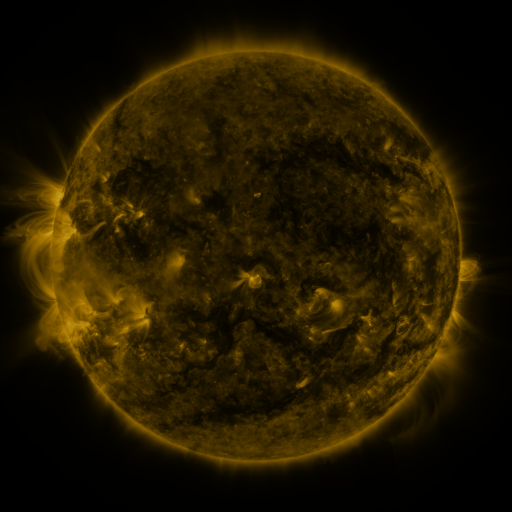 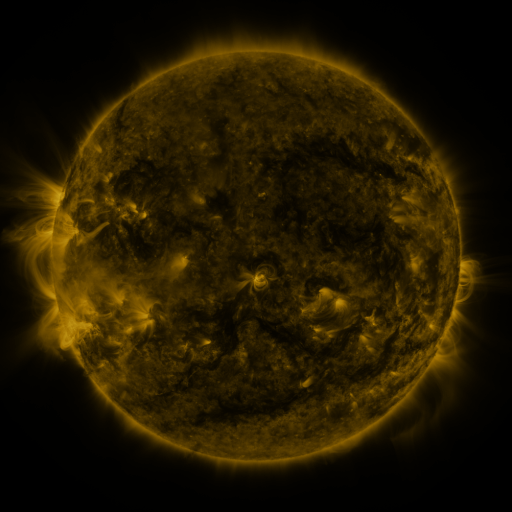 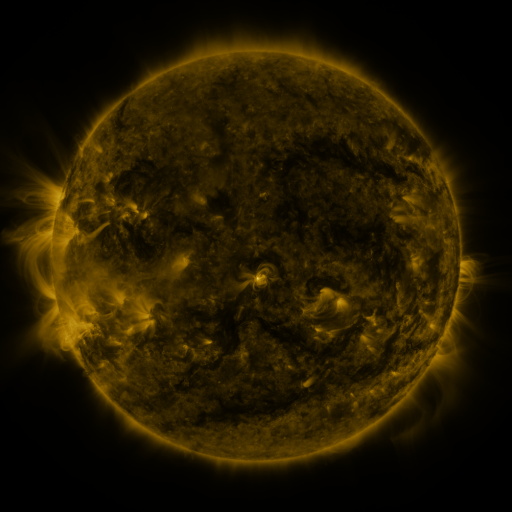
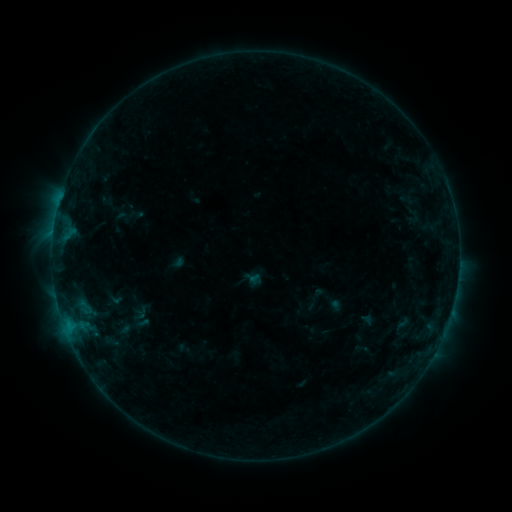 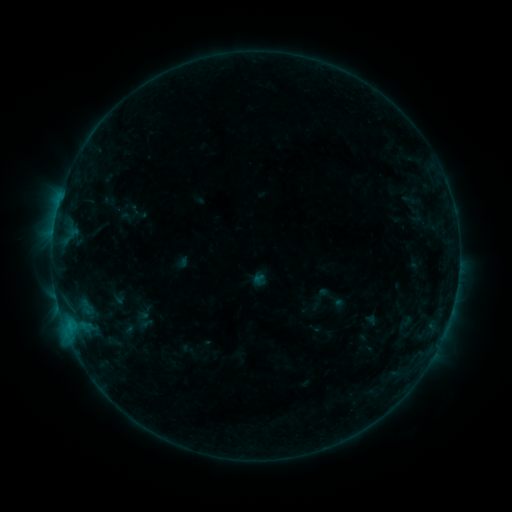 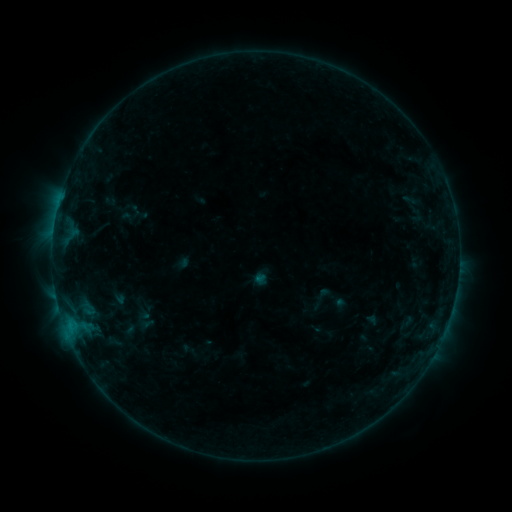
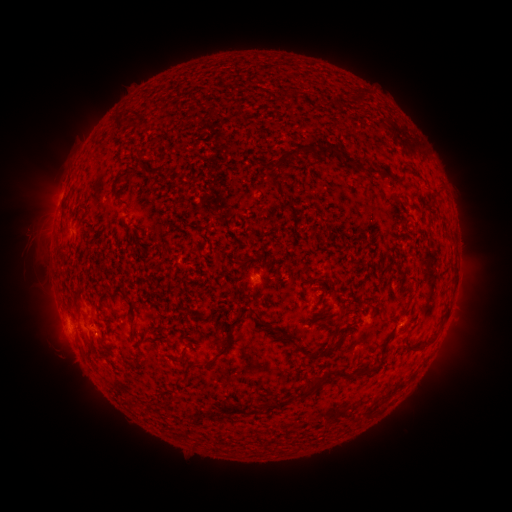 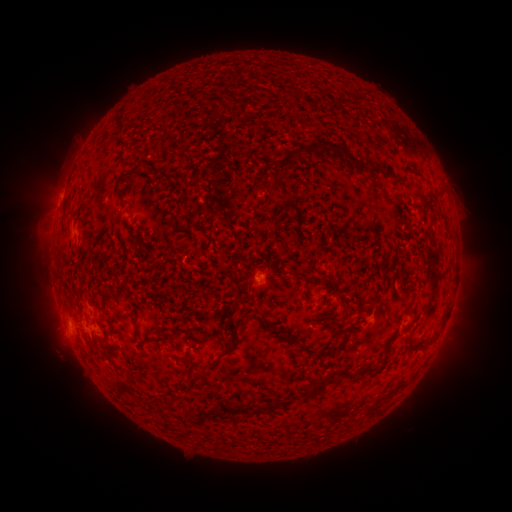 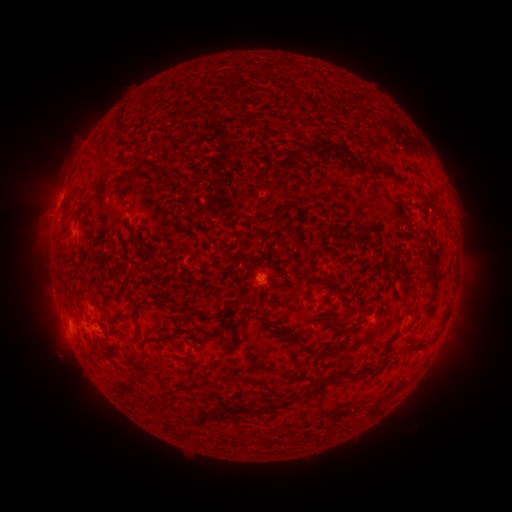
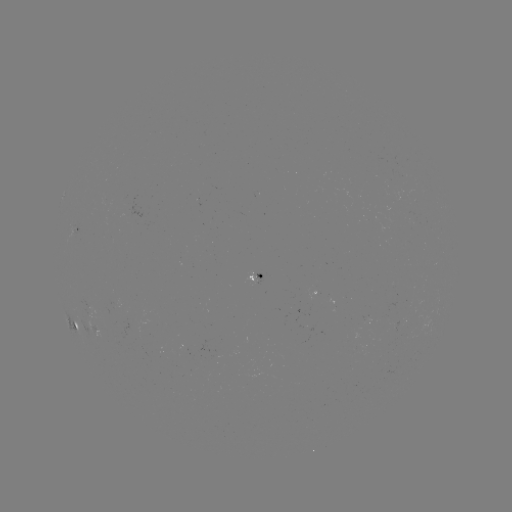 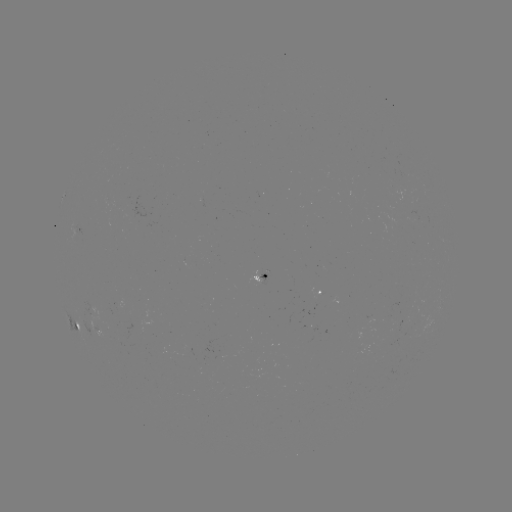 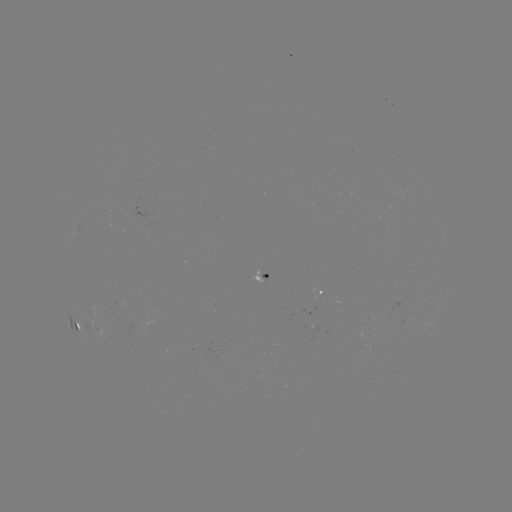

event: emerging-flux region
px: (104, 310)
